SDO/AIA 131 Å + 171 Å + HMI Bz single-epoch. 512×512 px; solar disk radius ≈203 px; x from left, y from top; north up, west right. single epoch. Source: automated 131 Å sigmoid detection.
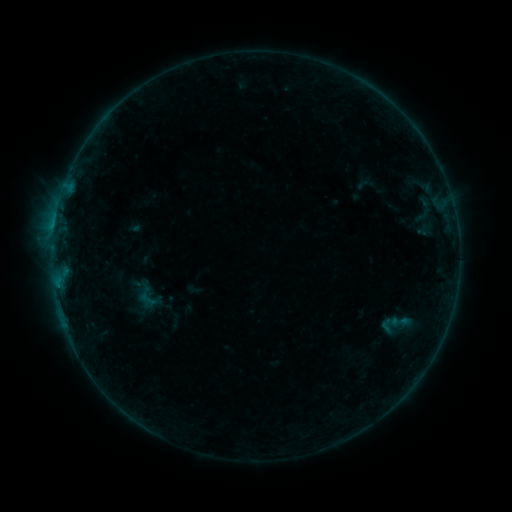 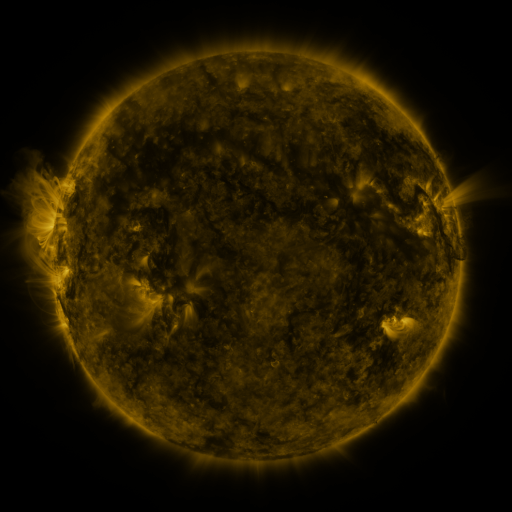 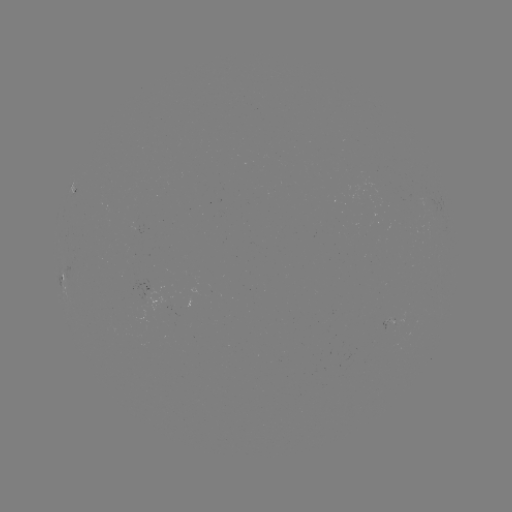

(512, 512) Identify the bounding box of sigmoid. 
[377, 307, 414, 343].